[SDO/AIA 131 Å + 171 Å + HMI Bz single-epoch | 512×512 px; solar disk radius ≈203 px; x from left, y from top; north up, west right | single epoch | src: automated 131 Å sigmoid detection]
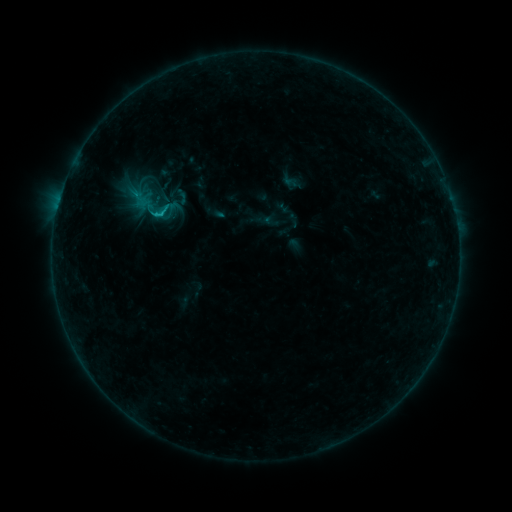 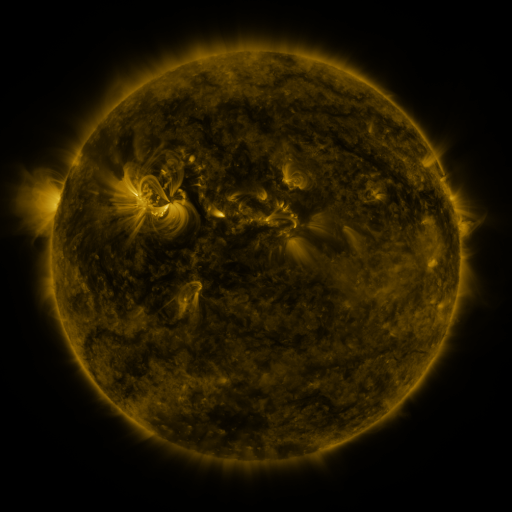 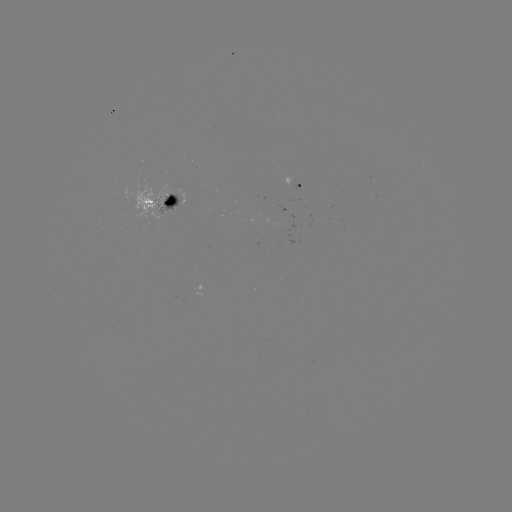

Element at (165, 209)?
sigmoid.